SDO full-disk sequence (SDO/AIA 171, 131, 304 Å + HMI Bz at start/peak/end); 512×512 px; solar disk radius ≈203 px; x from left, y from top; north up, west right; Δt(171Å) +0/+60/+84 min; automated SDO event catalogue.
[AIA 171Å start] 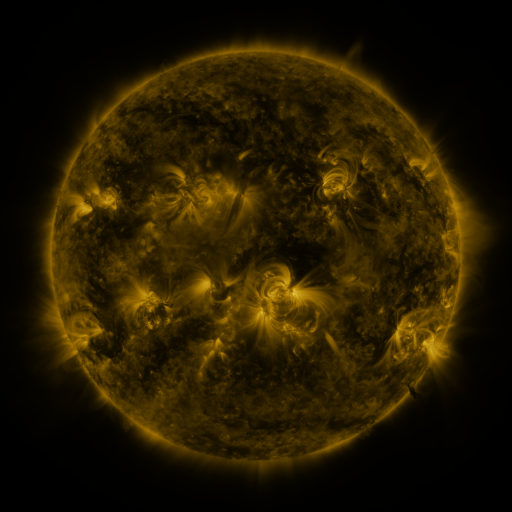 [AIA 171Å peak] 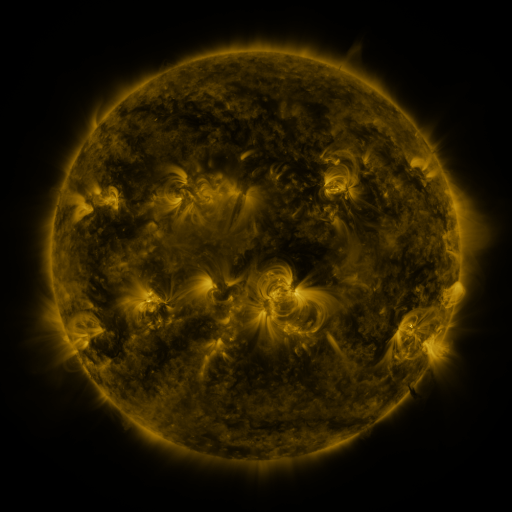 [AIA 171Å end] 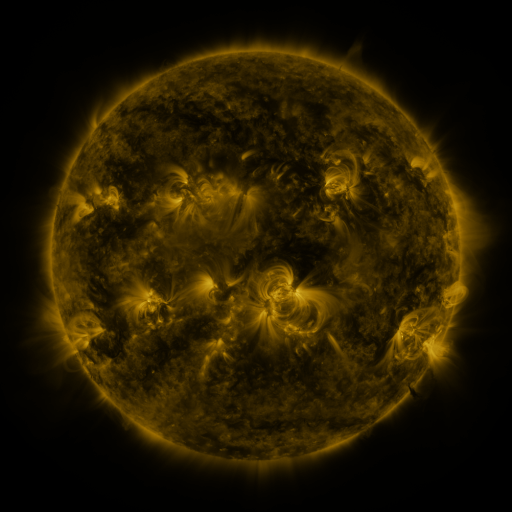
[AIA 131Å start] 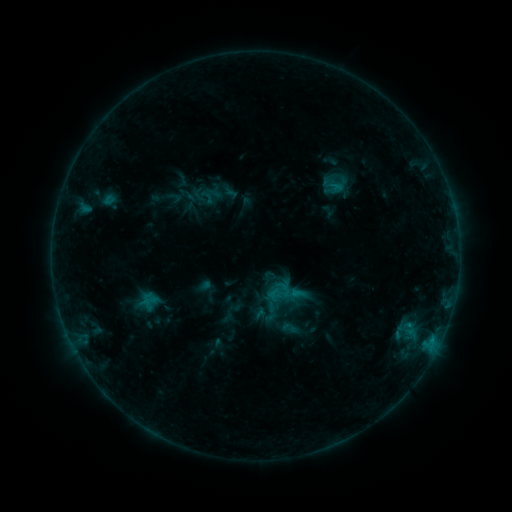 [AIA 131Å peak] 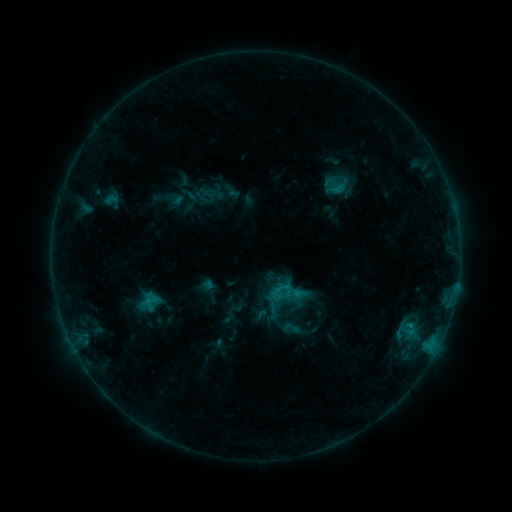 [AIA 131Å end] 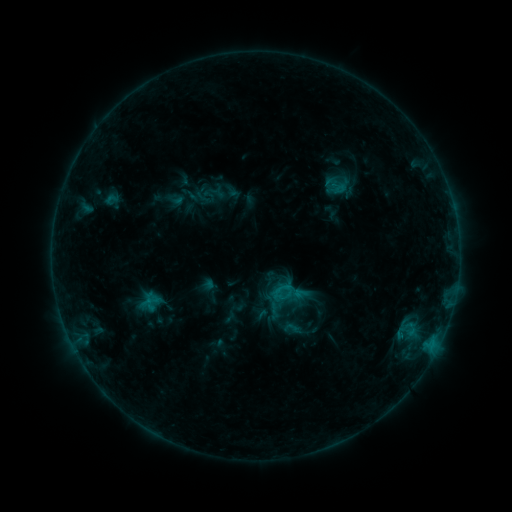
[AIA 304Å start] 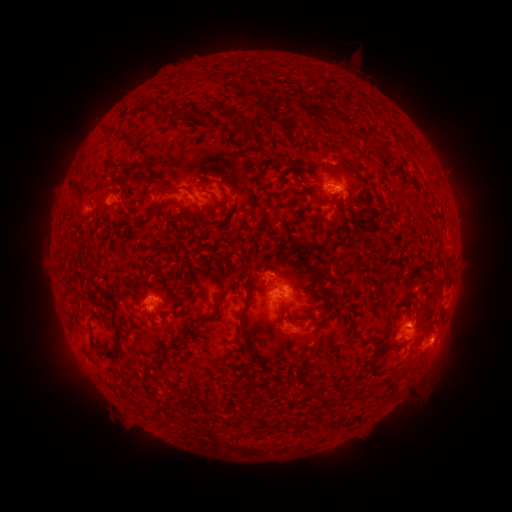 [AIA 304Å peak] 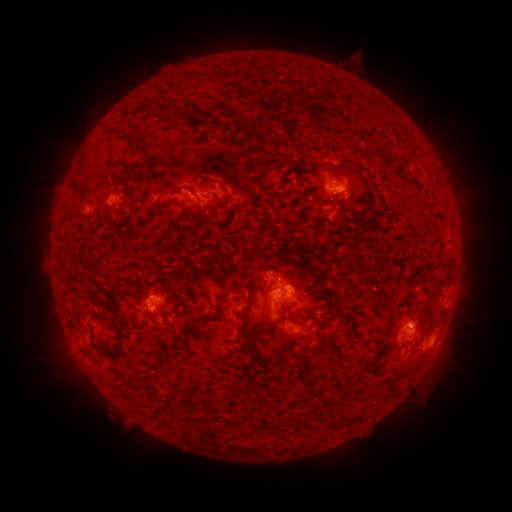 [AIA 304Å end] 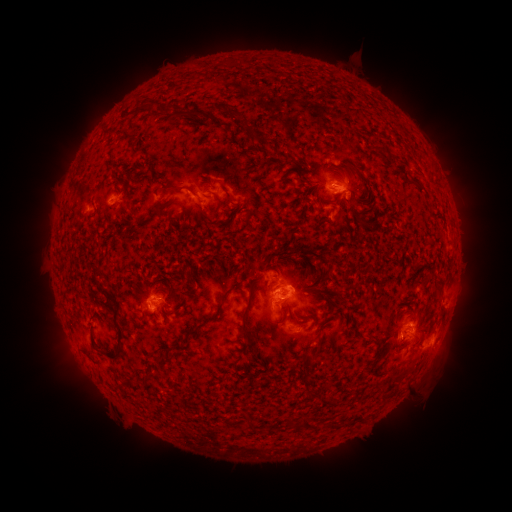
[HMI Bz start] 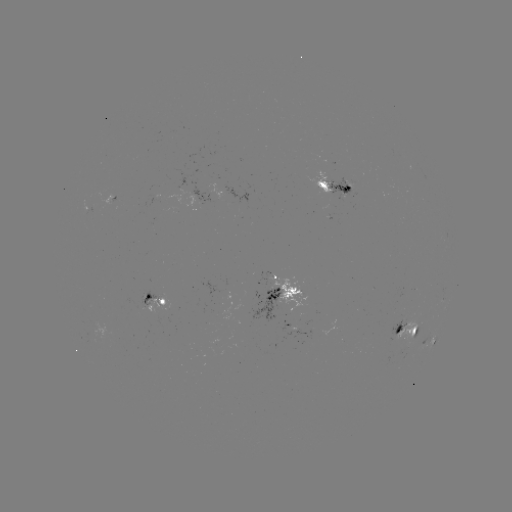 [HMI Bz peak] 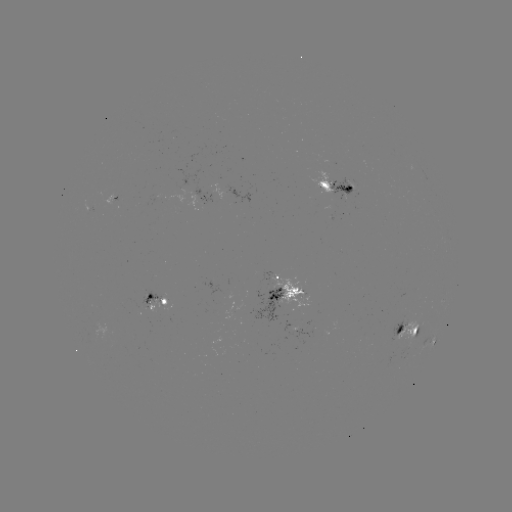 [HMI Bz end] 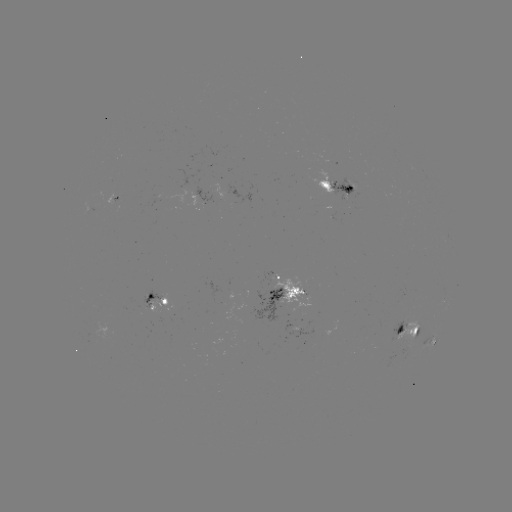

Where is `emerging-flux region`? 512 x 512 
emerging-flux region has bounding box [270, 274, 310, 313].